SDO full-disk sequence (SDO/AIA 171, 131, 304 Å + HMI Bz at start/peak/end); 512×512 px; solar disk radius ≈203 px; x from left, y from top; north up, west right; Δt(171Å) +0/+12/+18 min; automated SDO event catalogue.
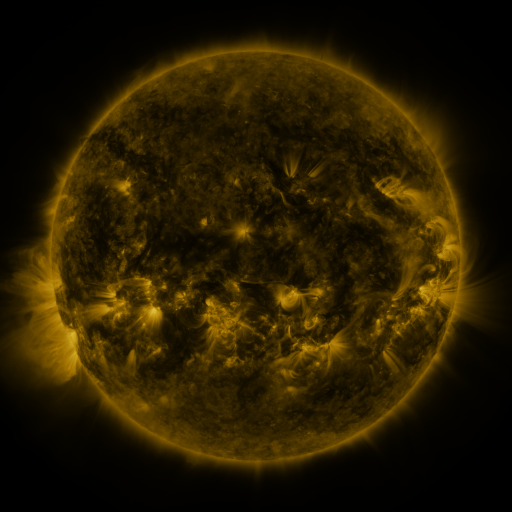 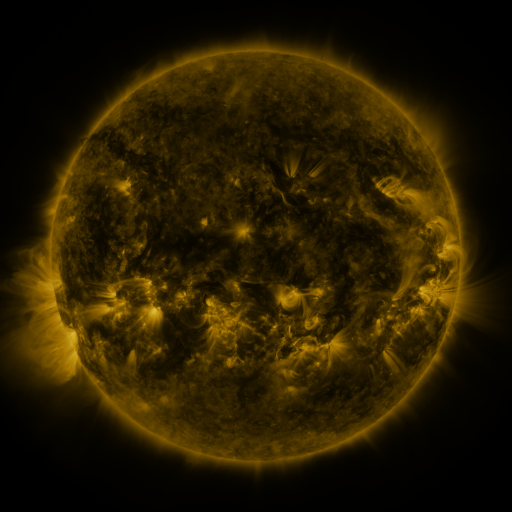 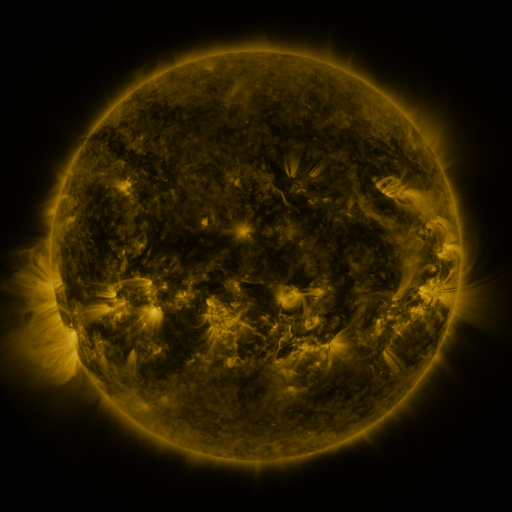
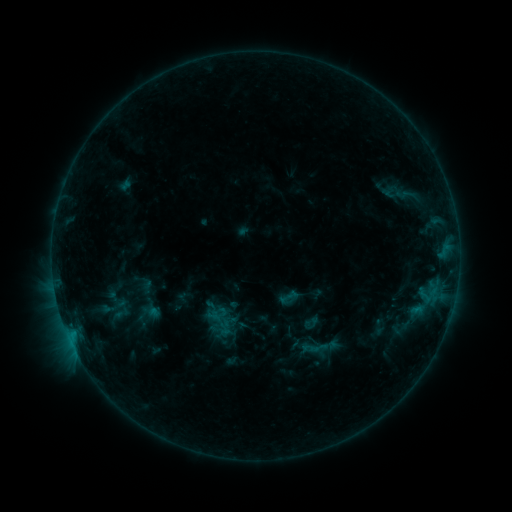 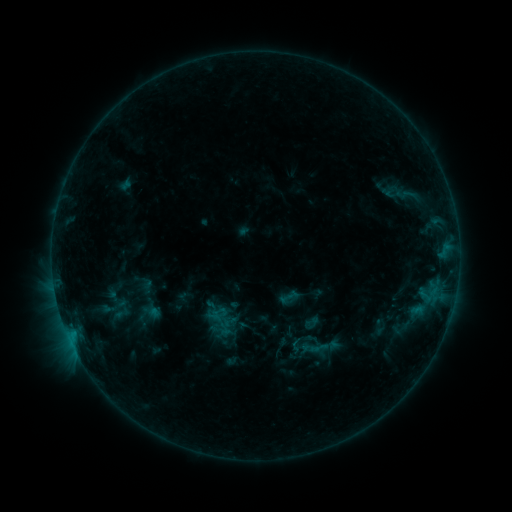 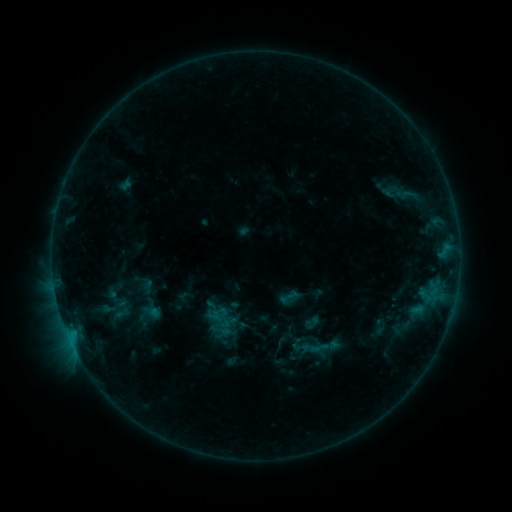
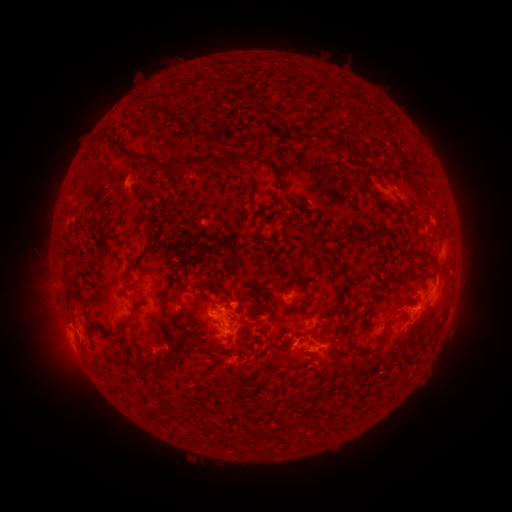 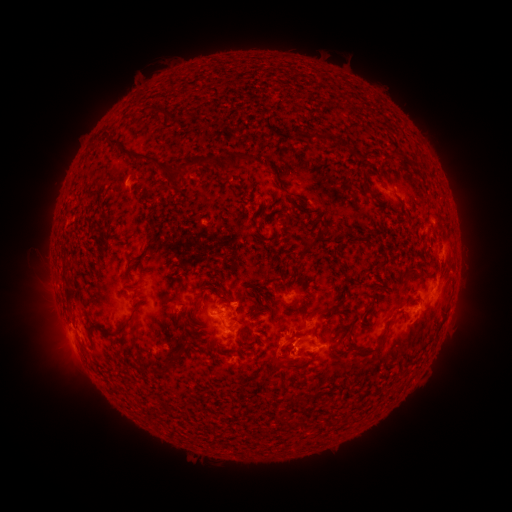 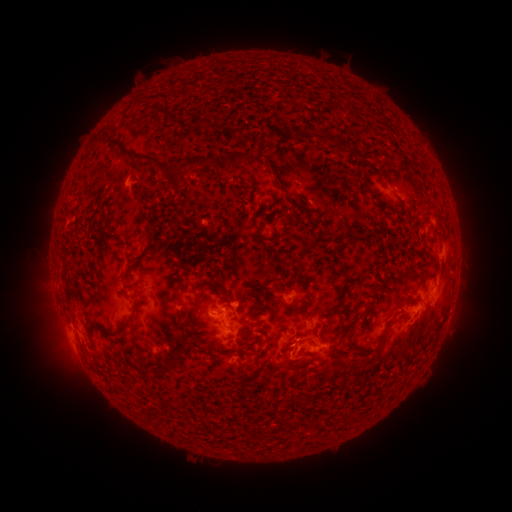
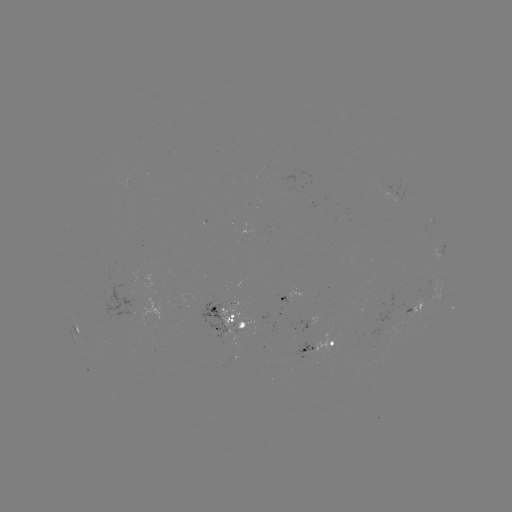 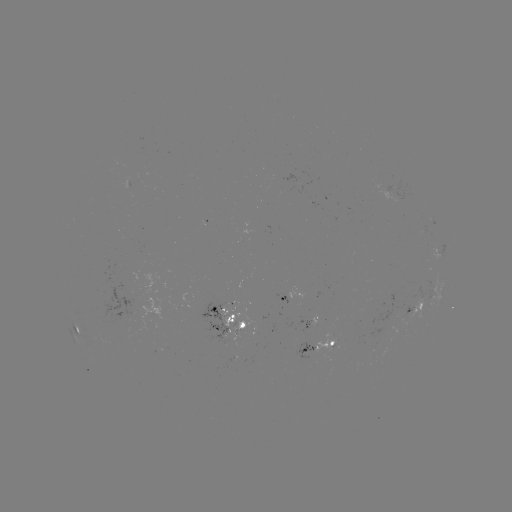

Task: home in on eruption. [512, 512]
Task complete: (281, 350).